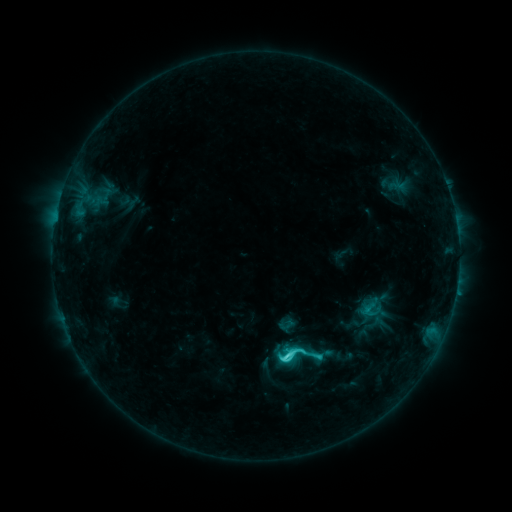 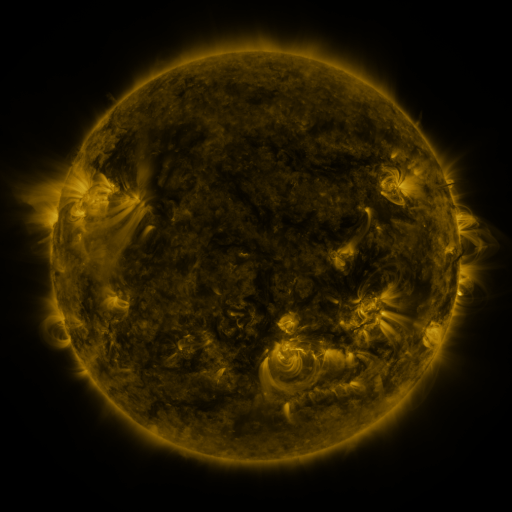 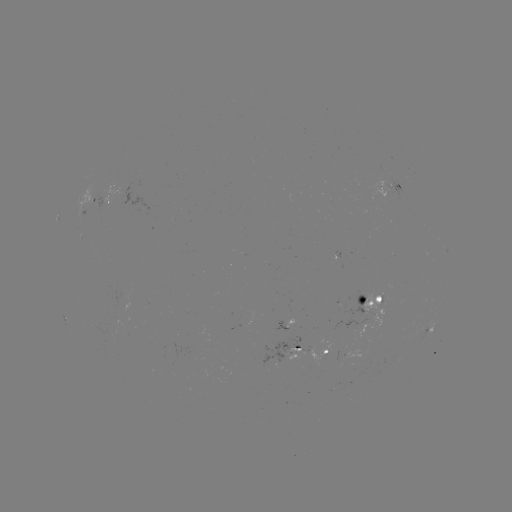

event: sigmoid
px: (372, 311)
